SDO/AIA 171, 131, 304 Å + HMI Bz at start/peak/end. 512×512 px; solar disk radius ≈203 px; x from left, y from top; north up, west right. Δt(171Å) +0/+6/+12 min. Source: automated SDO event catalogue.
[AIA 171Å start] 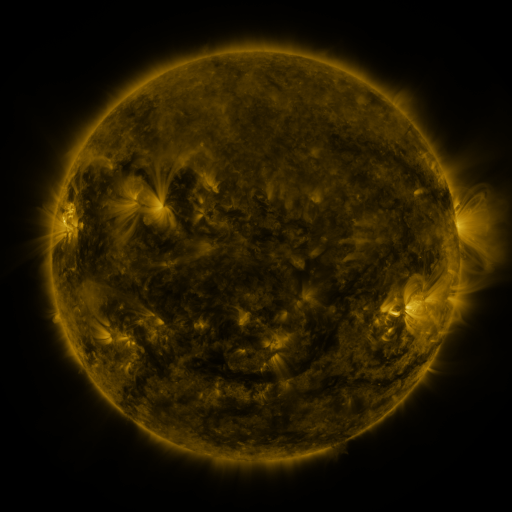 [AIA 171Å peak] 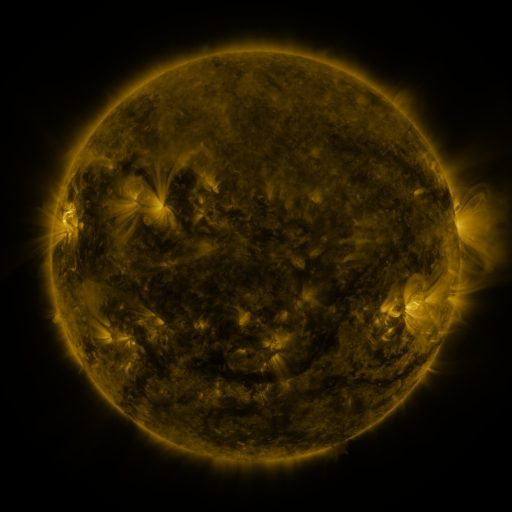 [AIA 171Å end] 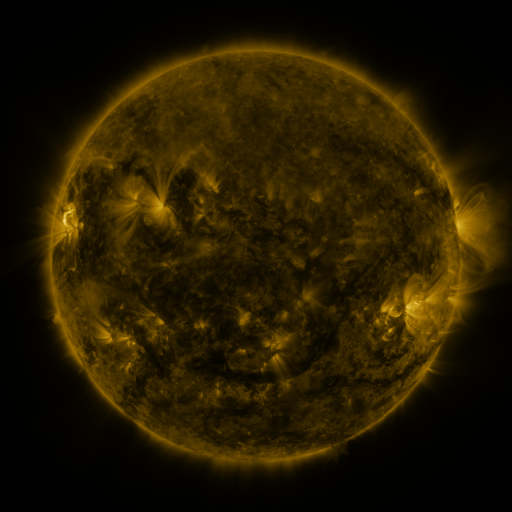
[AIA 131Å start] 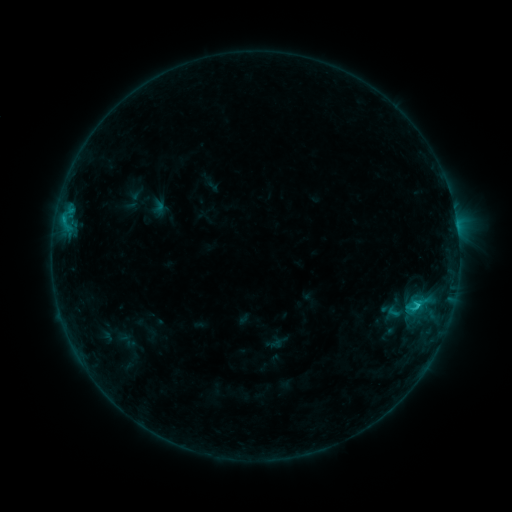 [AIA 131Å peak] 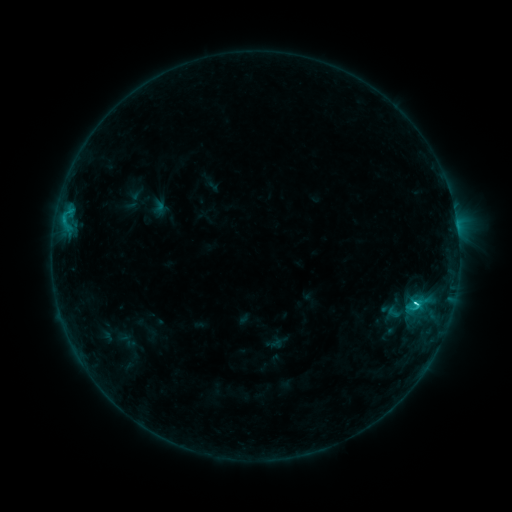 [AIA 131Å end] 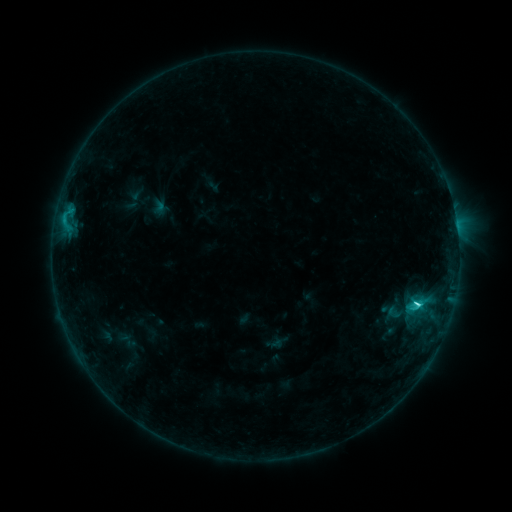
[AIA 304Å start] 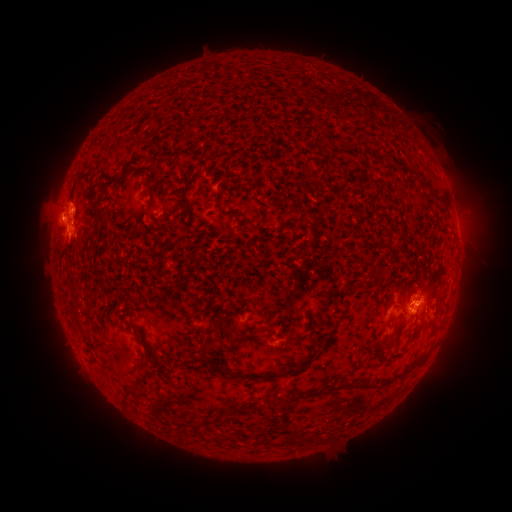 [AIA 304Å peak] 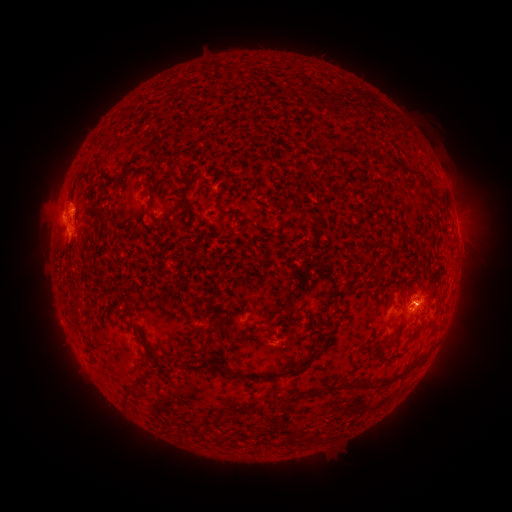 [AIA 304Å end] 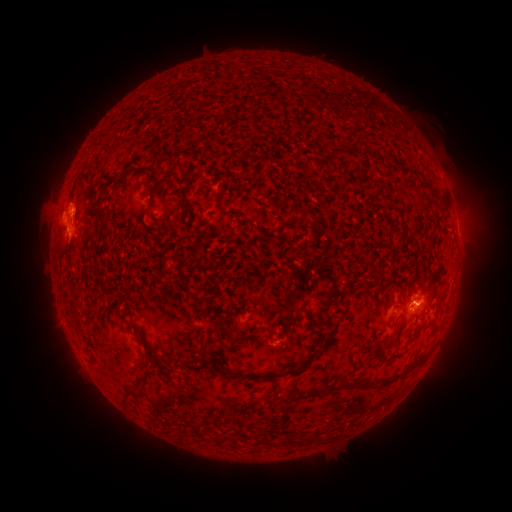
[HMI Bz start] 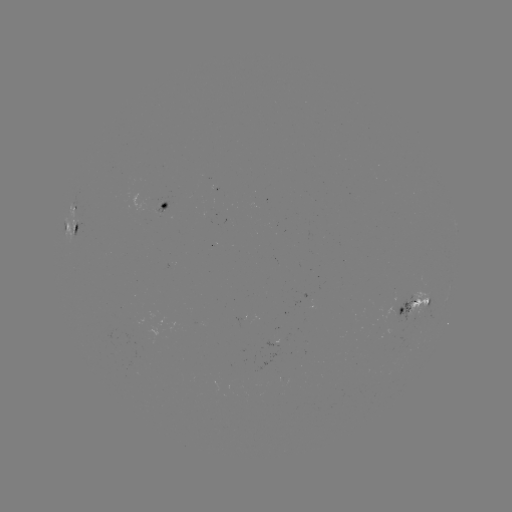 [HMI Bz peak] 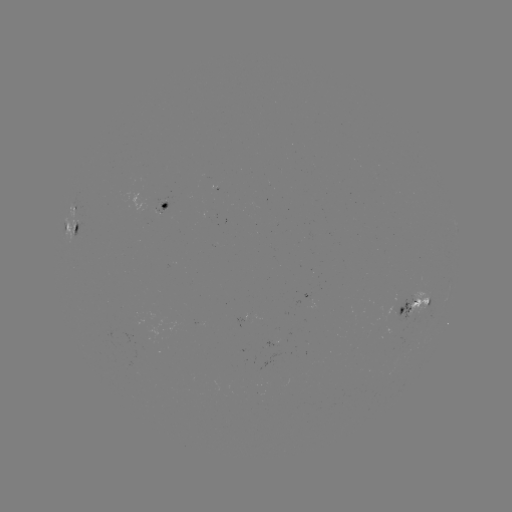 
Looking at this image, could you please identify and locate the C3.0 flare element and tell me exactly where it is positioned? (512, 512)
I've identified C3.0 flare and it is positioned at [415, 300].